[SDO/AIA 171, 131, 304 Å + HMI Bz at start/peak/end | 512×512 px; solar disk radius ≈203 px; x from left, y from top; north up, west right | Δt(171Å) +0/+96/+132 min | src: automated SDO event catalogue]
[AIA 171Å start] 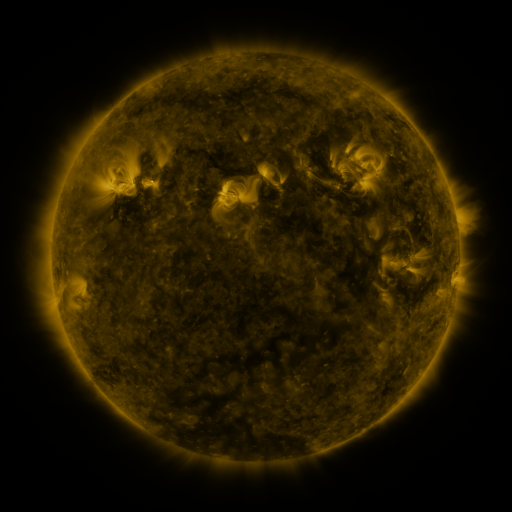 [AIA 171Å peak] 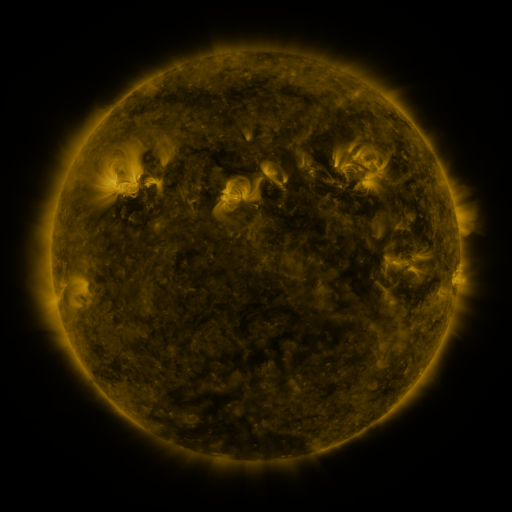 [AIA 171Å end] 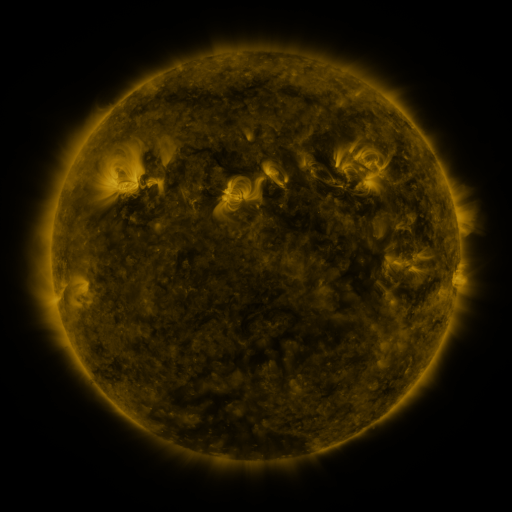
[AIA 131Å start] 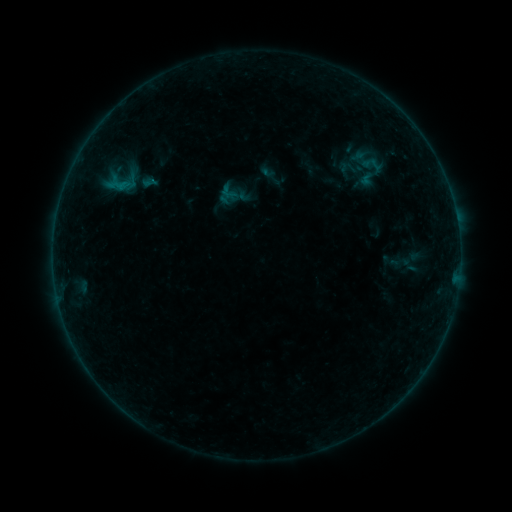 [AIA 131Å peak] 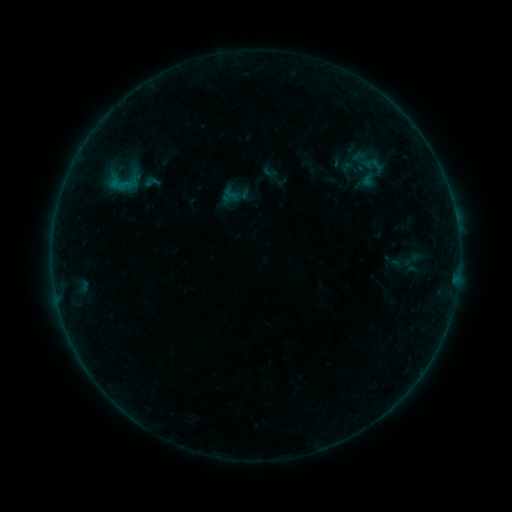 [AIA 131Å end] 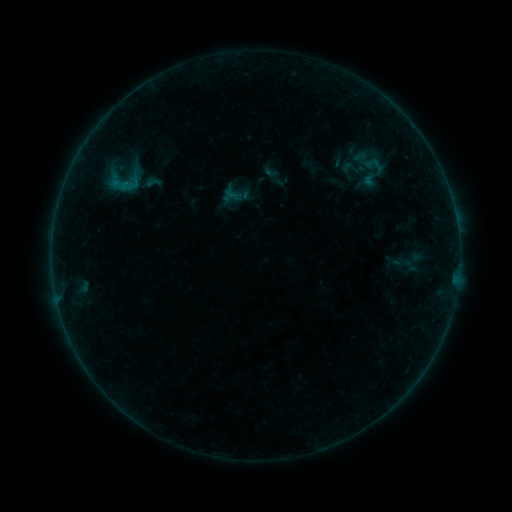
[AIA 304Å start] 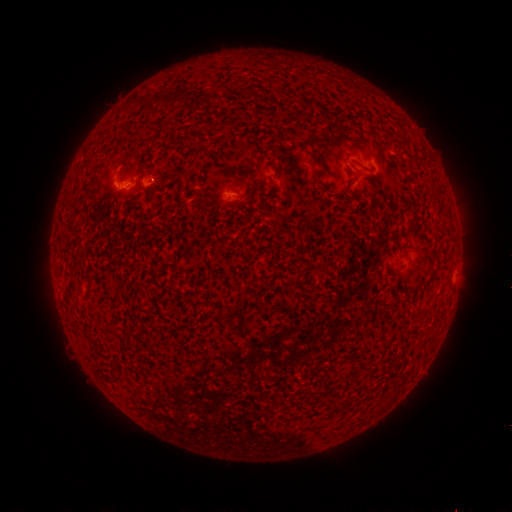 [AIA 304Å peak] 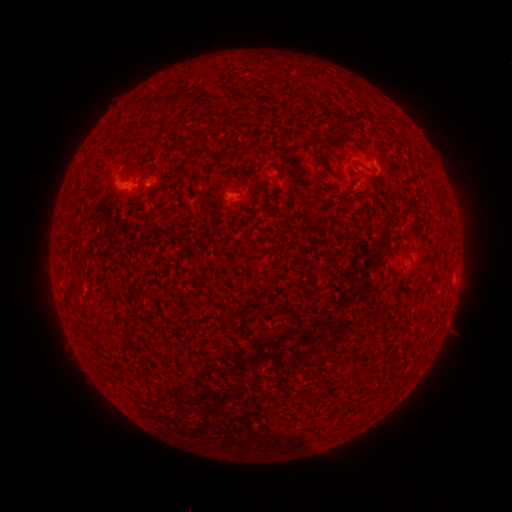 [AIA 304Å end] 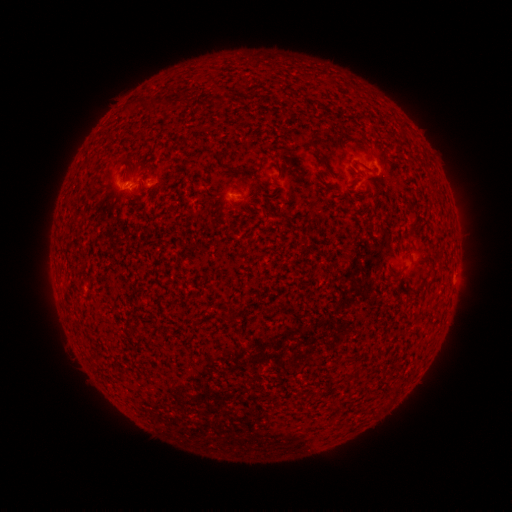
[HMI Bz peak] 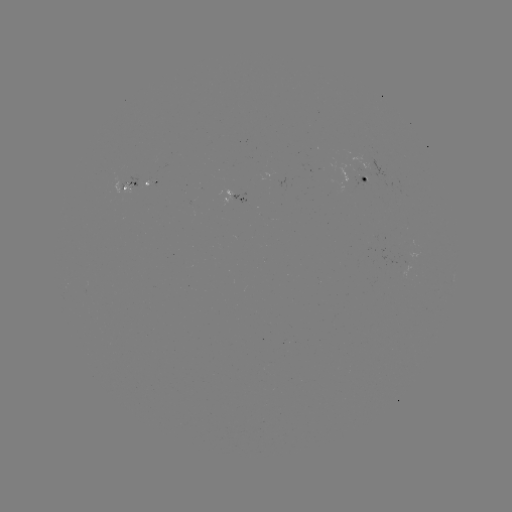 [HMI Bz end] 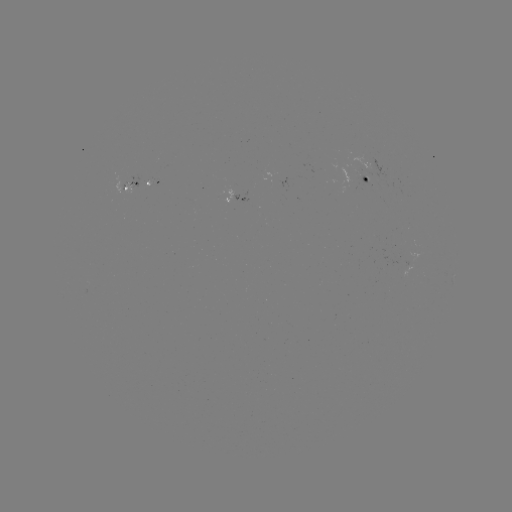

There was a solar emerging-flux region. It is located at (365, 179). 